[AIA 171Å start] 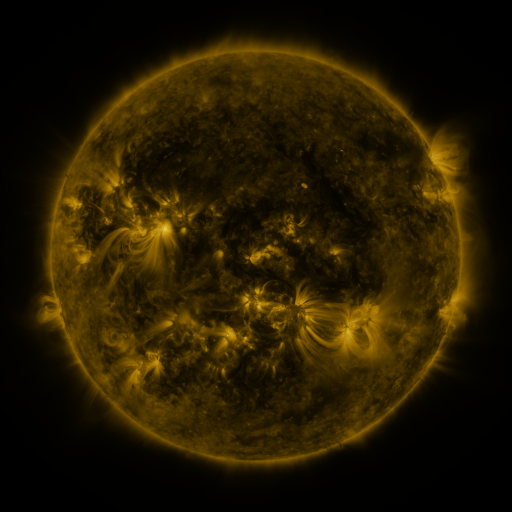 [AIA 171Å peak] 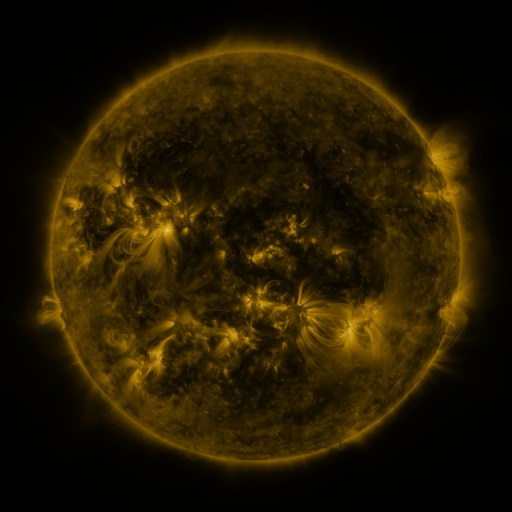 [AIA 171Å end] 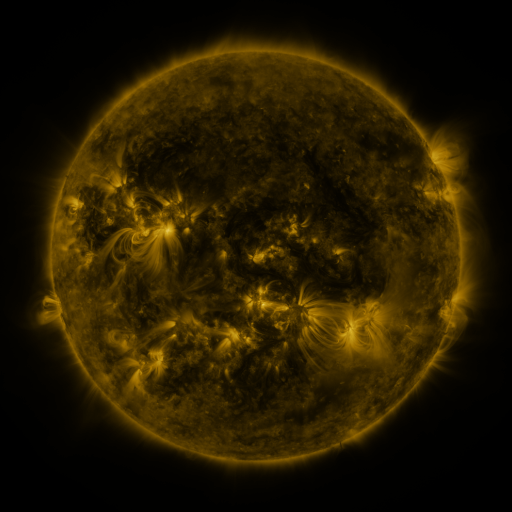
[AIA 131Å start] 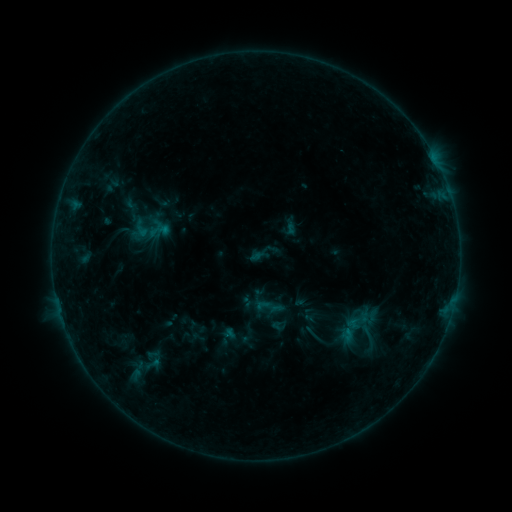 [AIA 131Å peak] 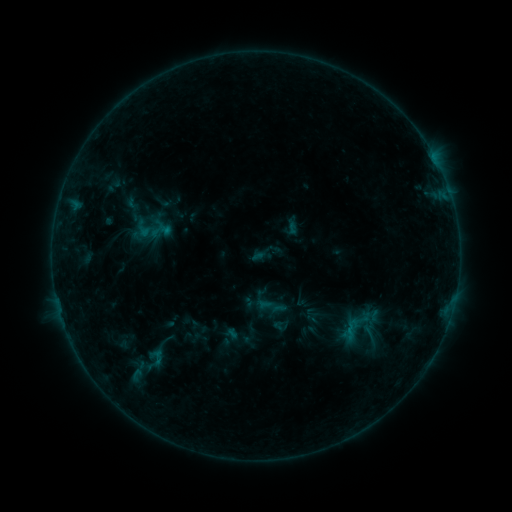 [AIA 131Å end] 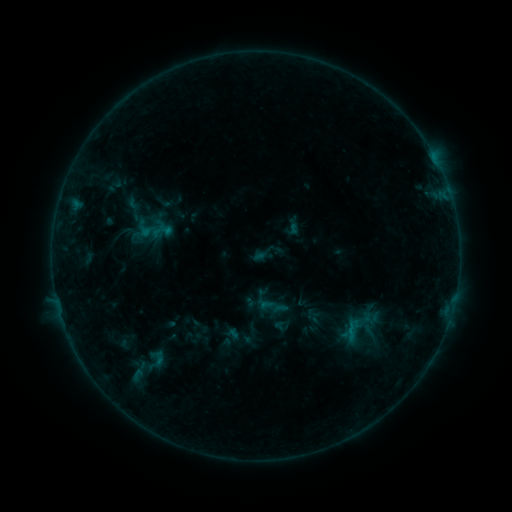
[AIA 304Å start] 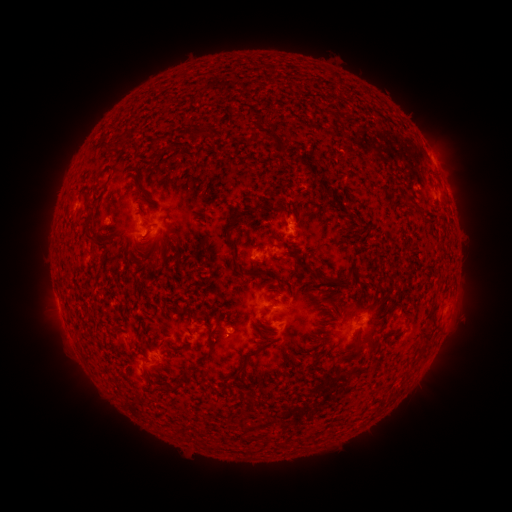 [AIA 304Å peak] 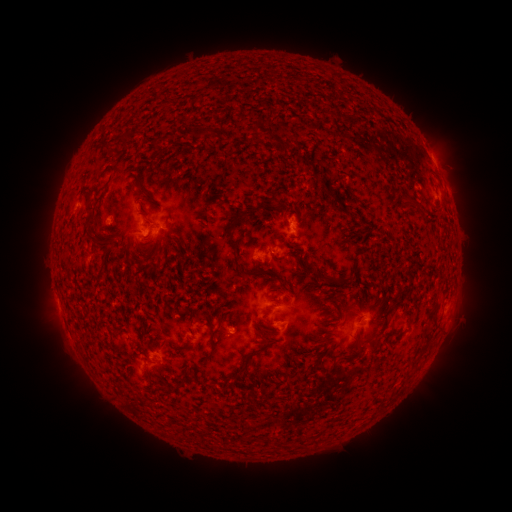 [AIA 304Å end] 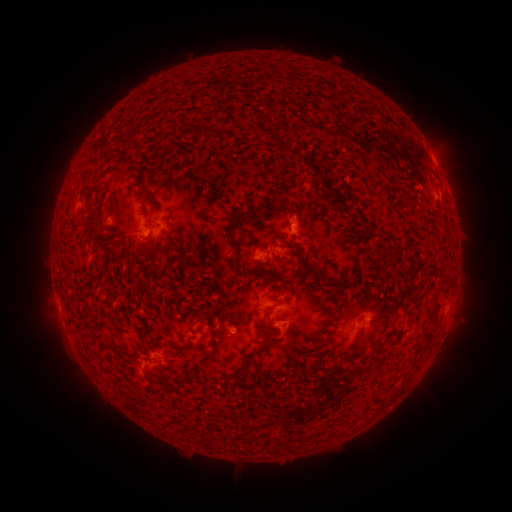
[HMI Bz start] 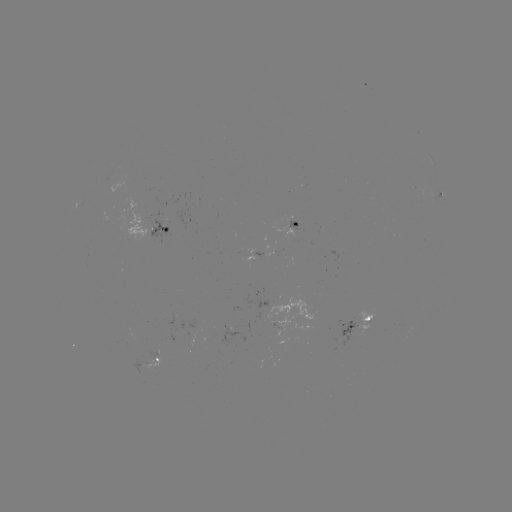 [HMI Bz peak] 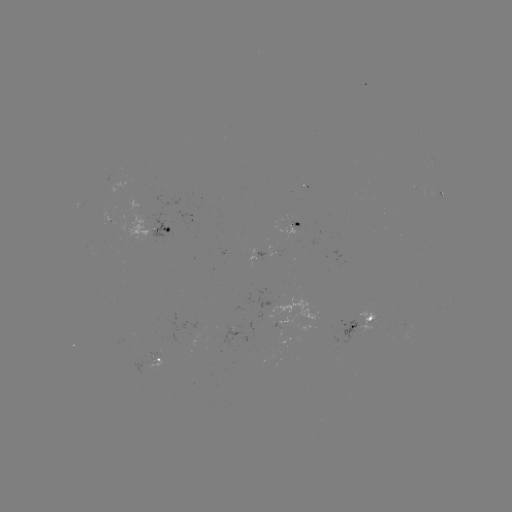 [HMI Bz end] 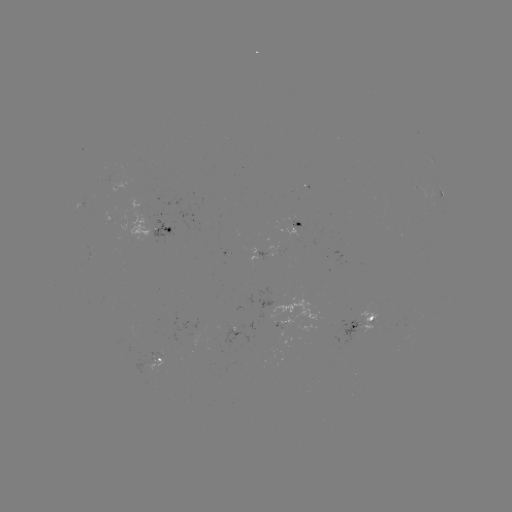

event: emerging-flux region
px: (146, 233)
